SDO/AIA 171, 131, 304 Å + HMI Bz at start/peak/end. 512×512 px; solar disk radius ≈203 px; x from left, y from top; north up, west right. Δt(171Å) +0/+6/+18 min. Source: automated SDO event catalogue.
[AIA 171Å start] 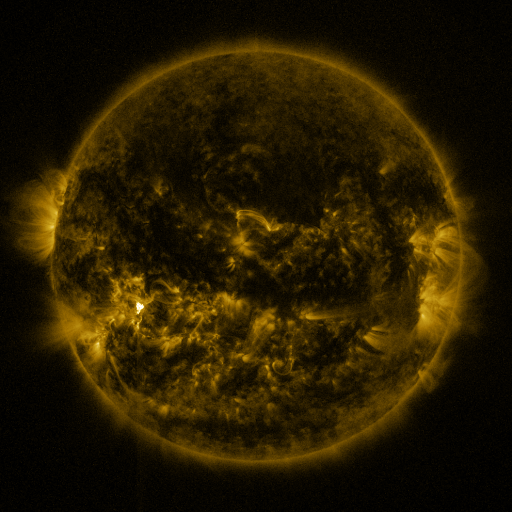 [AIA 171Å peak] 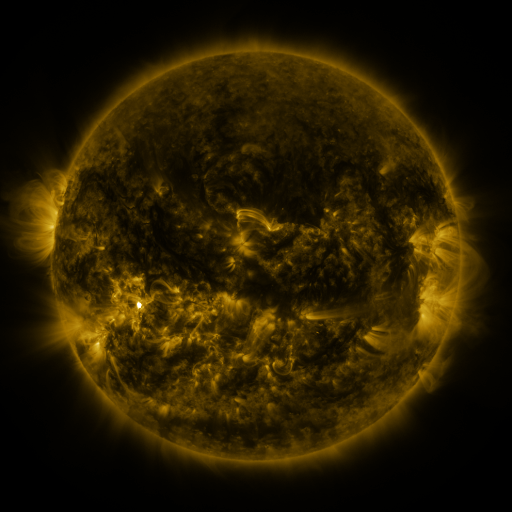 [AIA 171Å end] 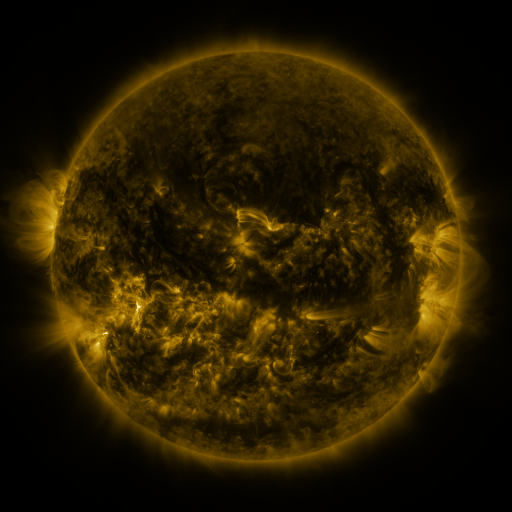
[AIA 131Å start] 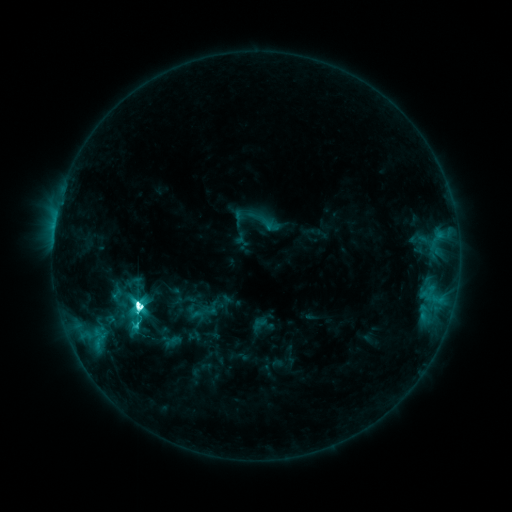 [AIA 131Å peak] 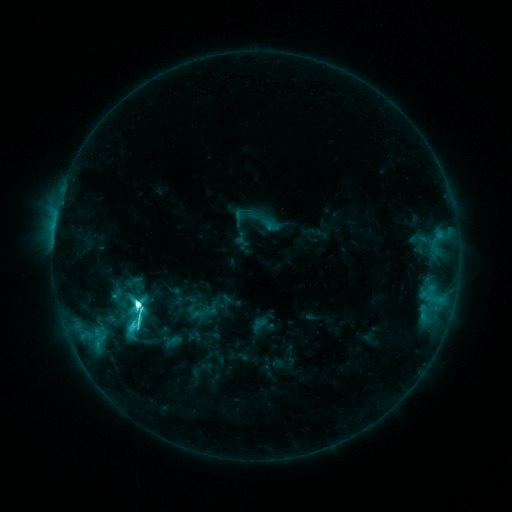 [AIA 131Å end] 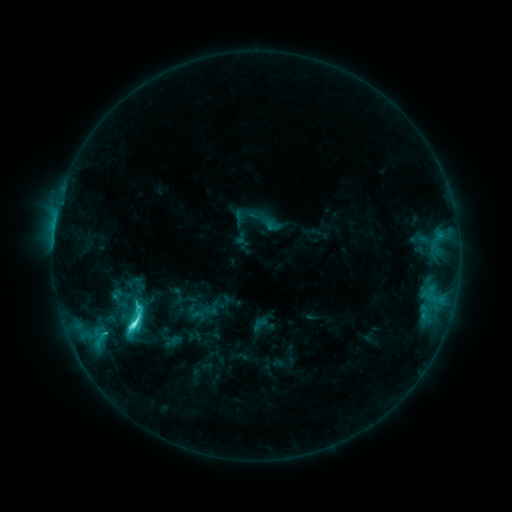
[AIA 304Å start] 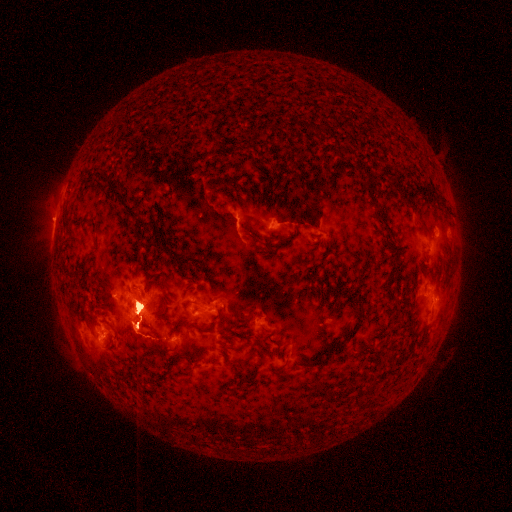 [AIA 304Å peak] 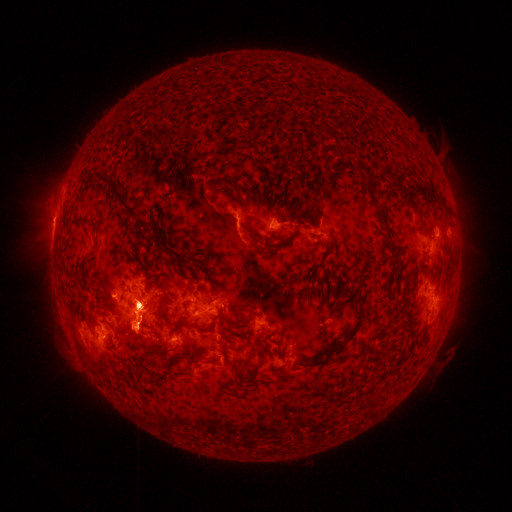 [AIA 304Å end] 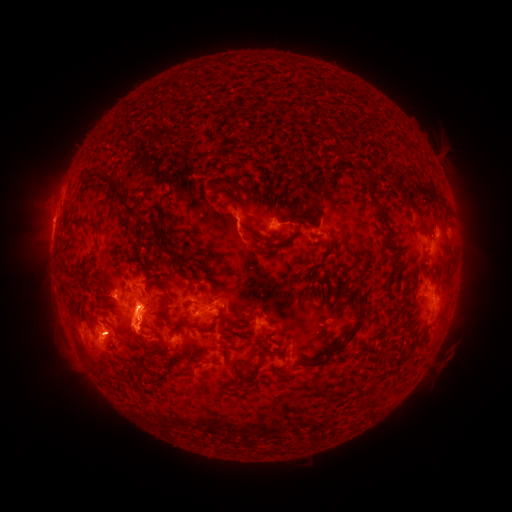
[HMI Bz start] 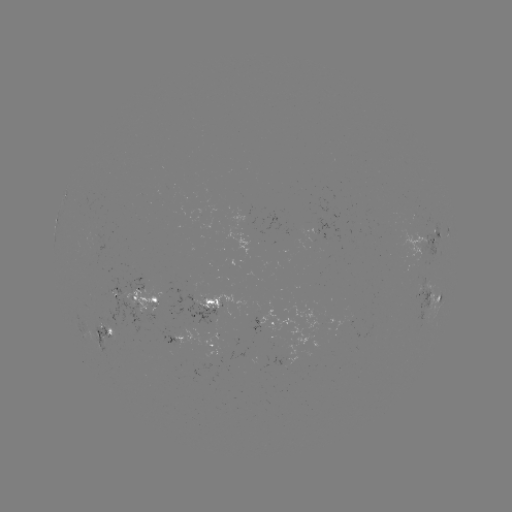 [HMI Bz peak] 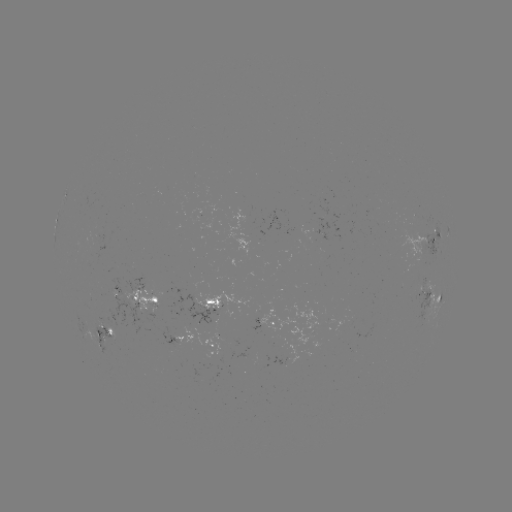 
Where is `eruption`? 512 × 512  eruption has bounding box [26, 175, 246, 385].